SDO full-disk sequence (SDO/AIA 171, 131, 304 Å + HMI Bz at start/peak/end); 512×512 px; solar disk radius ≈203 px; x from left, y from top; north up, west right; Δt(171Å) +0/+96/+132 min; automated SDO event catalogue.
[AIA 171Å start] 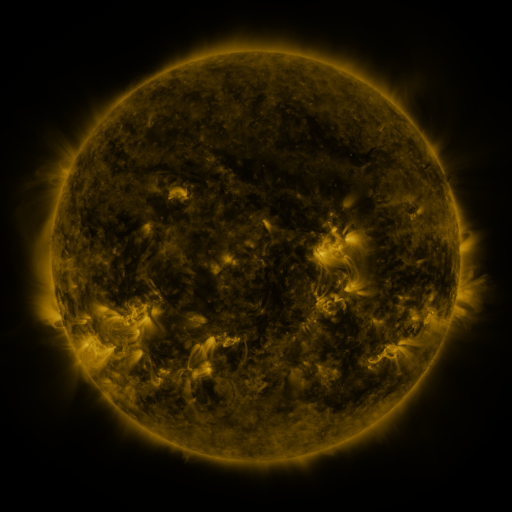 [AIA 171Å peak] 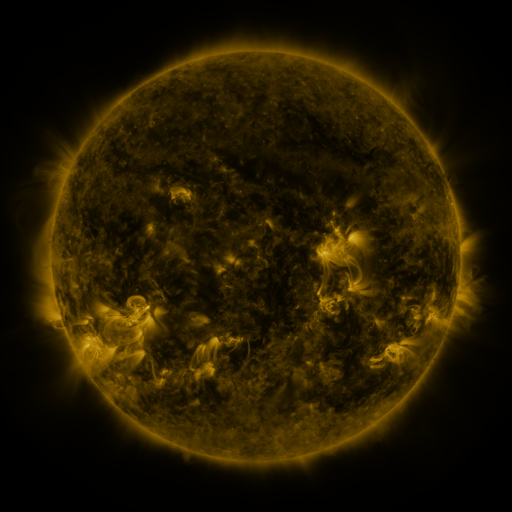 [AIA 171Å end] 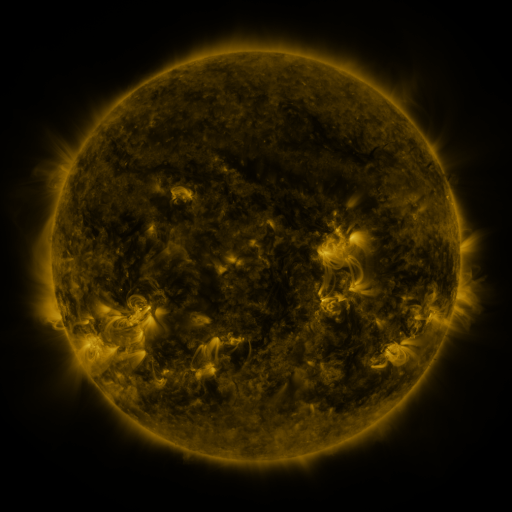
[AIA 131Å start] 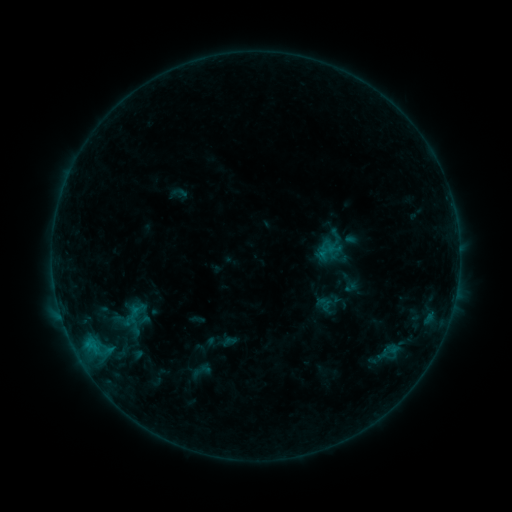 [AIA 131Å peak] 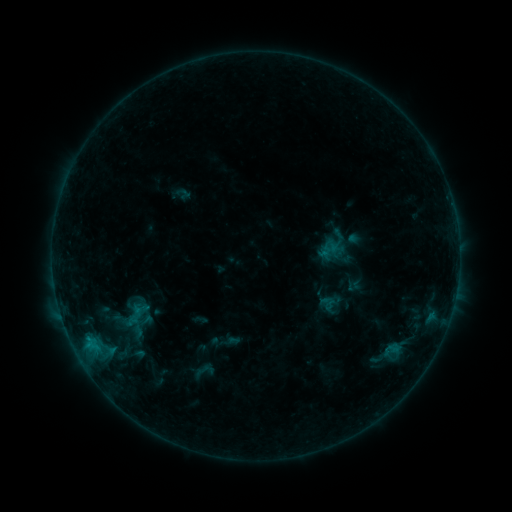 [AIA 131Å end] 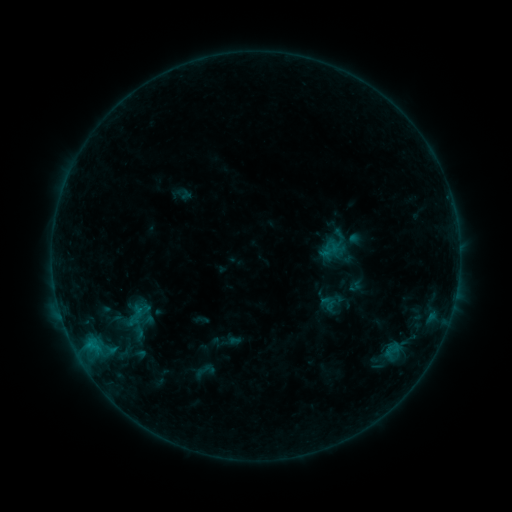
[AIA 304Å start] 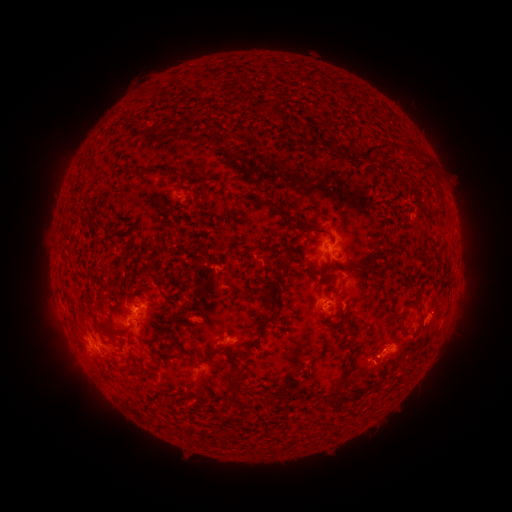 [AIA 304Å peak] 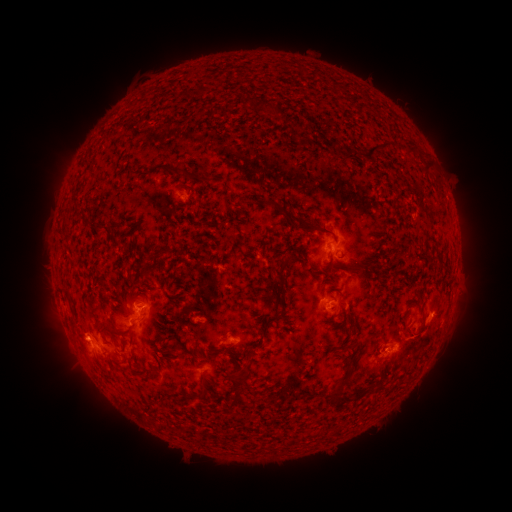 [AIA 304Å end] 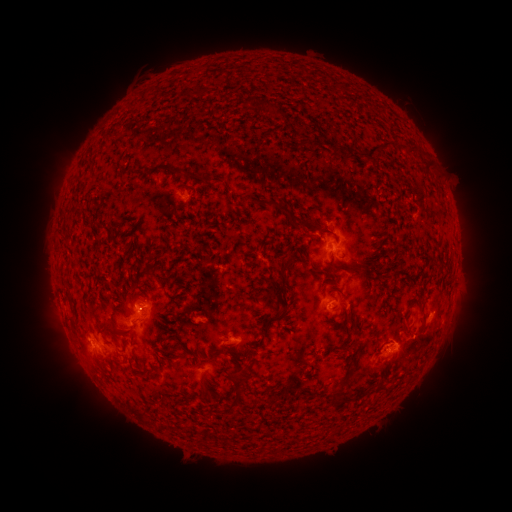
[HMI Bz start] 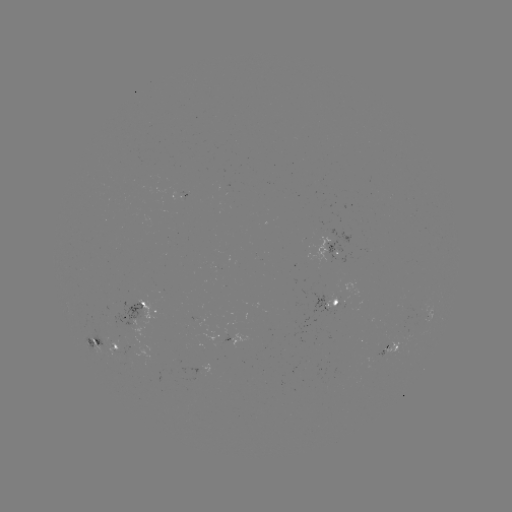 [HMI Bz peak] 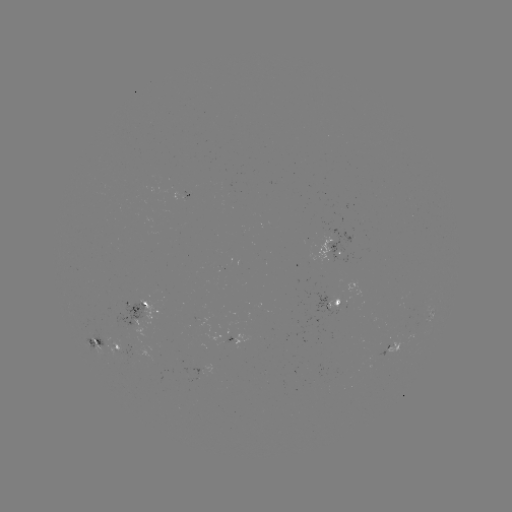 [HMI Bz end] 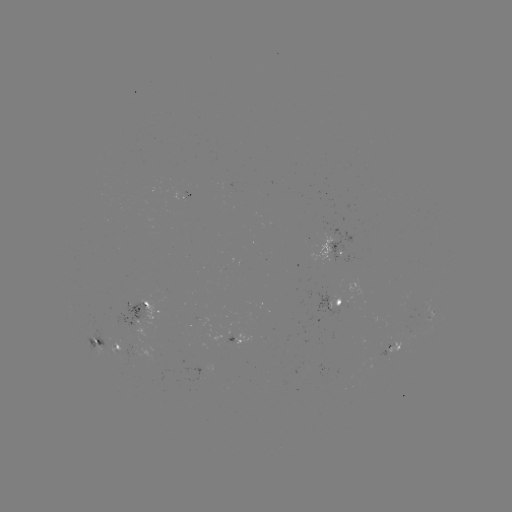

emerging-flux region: (172, 190, 189, 201)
